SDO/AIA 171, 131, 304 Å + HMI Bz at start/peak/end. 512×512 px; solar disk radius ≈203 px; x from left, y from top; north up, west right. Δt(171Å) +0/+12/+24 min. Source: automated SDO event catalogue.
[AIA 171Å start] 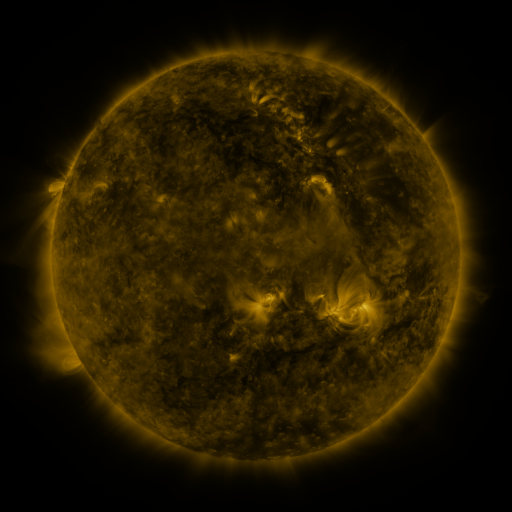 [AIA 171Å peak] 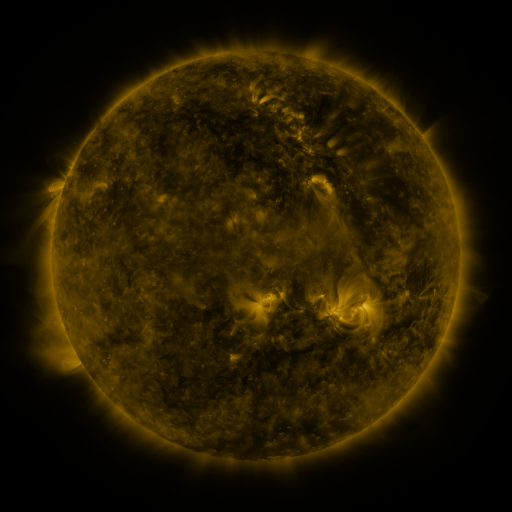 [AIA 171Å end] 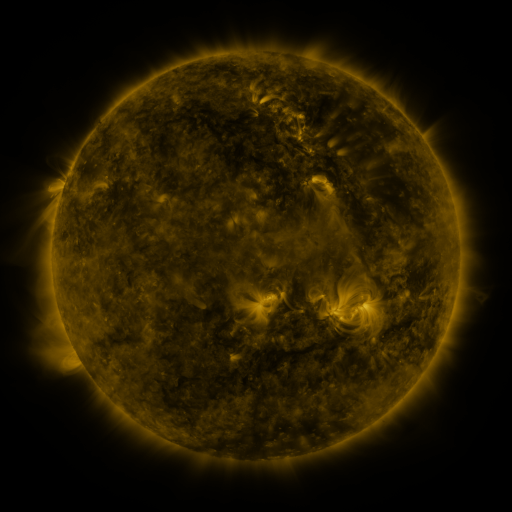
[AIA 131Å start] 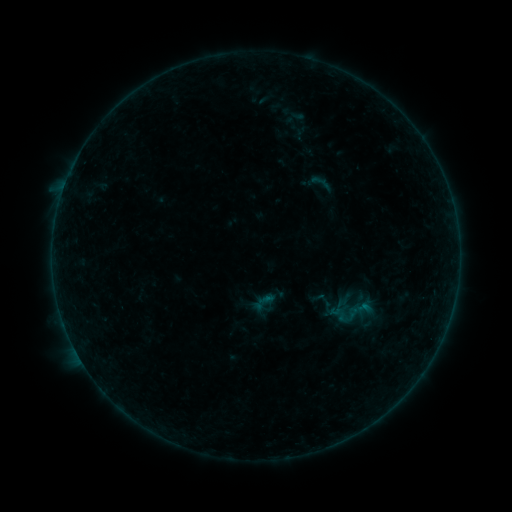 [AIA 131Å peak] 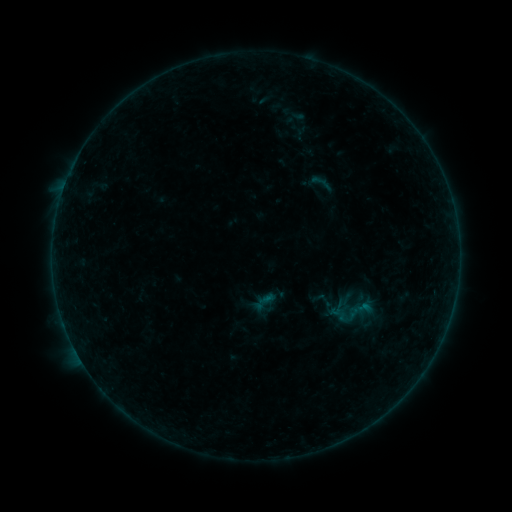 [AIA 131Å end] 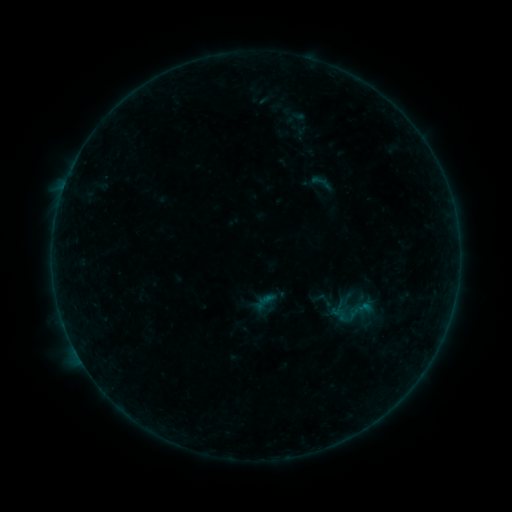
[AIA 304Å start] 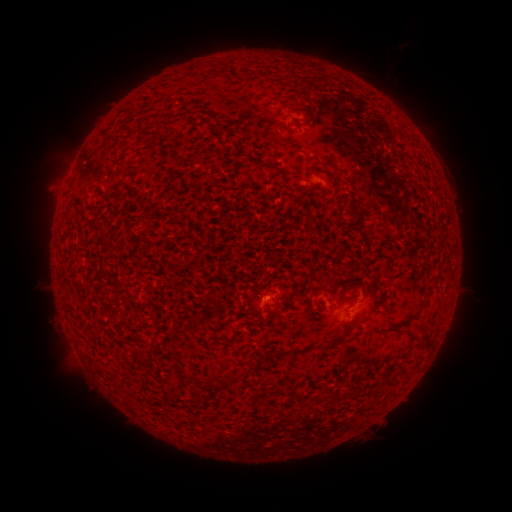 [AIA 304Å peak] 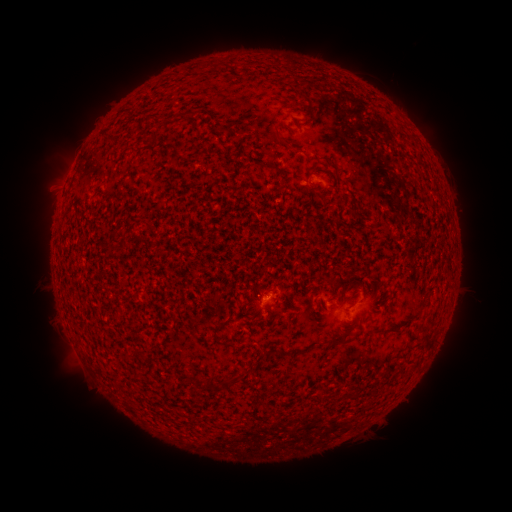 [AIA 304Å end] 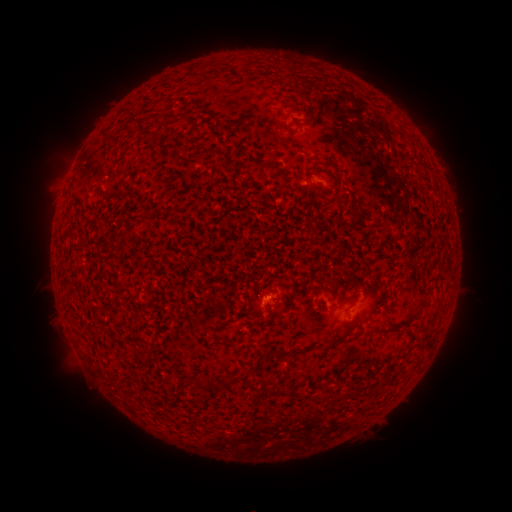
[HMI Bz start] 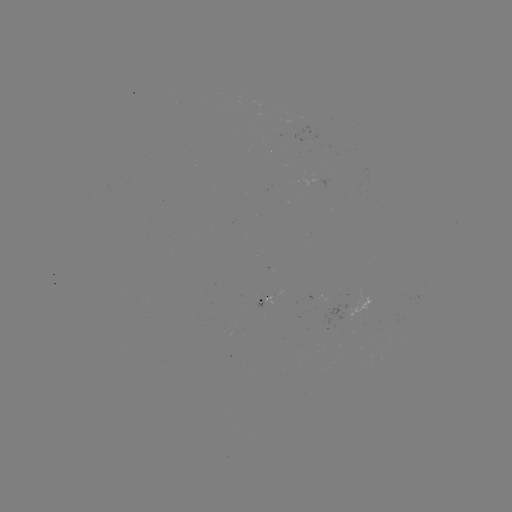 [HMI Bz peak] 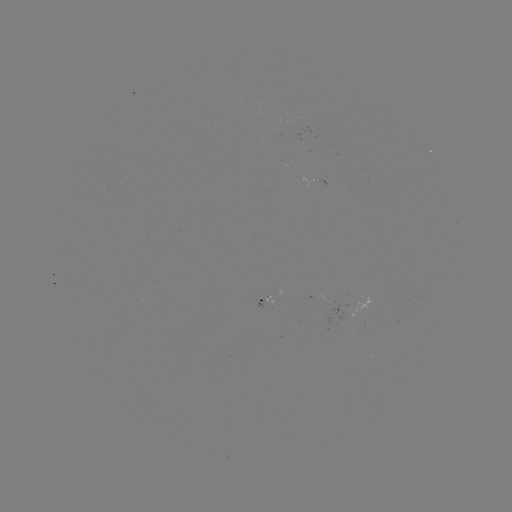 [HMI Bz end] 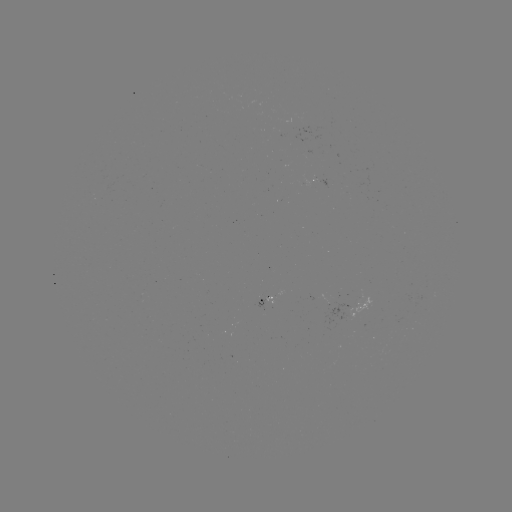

nothing was catalogued: no classed flare, no EUV trigger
